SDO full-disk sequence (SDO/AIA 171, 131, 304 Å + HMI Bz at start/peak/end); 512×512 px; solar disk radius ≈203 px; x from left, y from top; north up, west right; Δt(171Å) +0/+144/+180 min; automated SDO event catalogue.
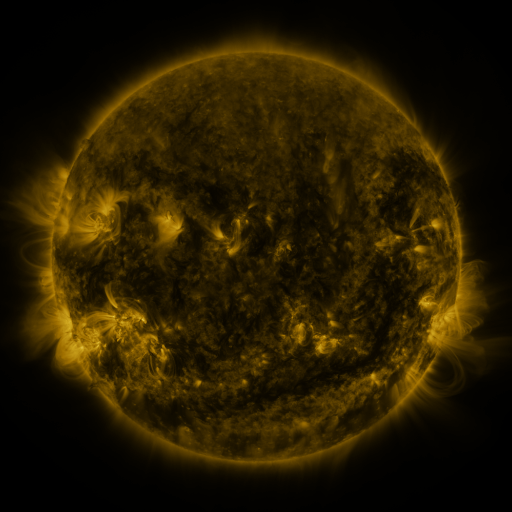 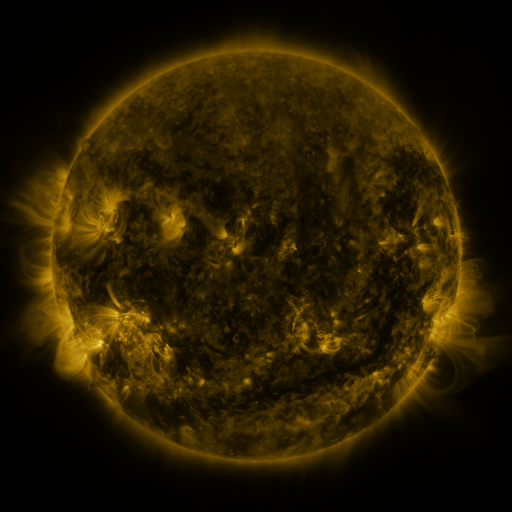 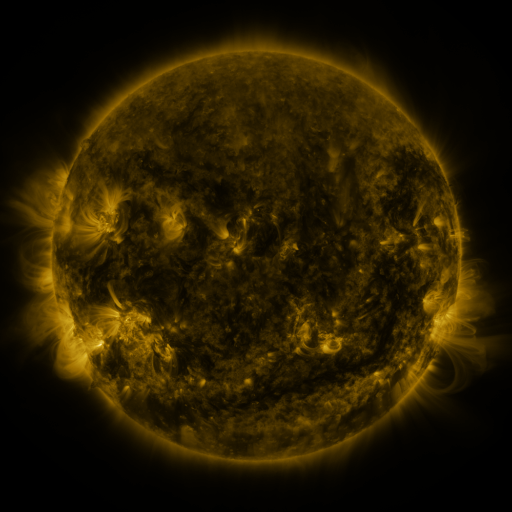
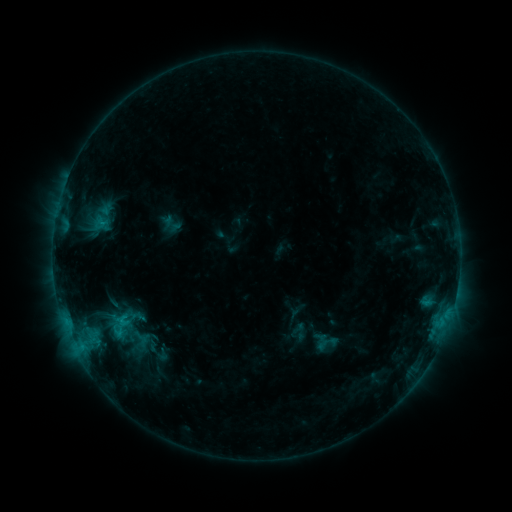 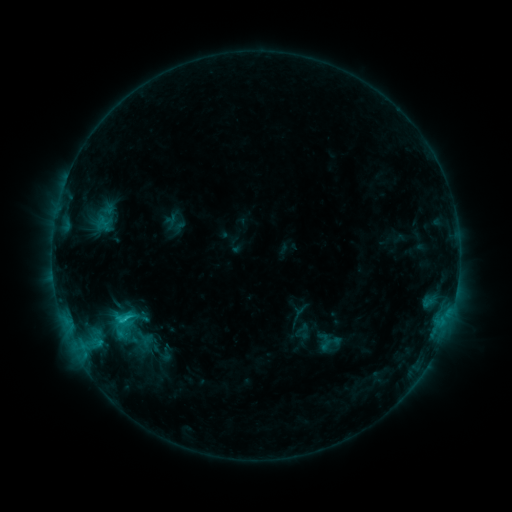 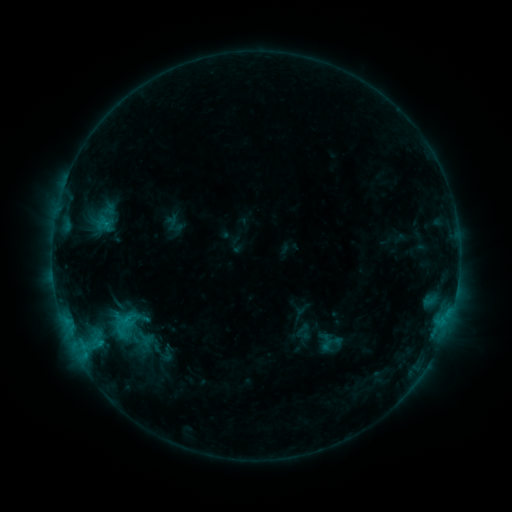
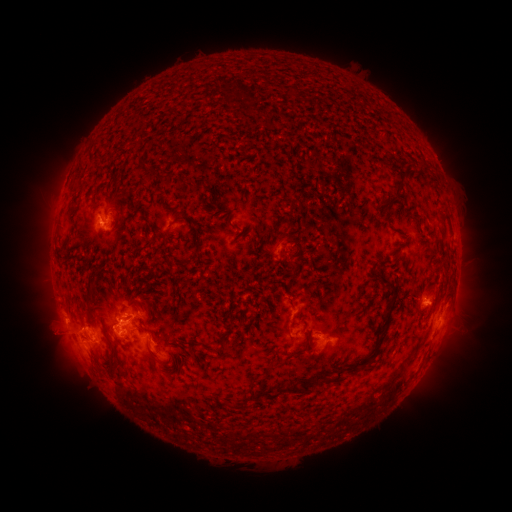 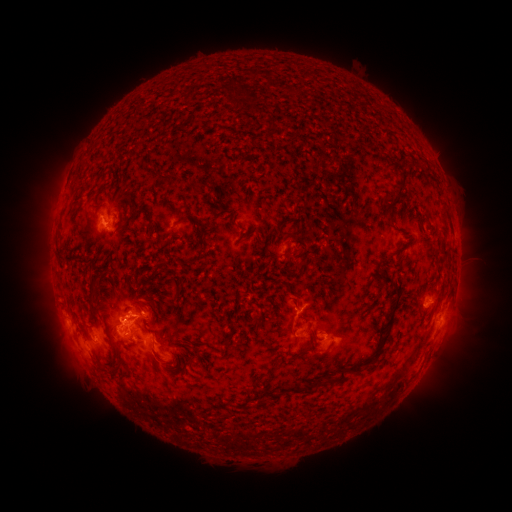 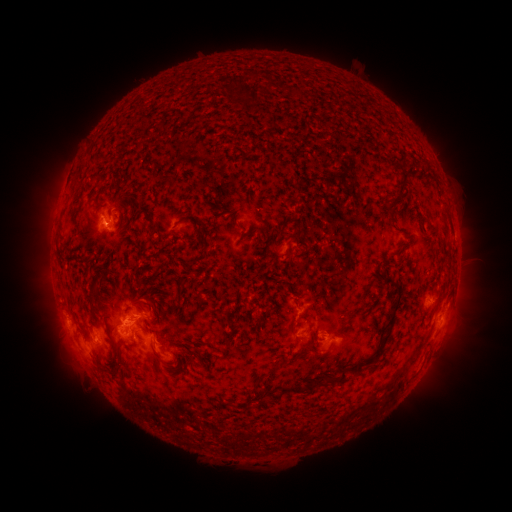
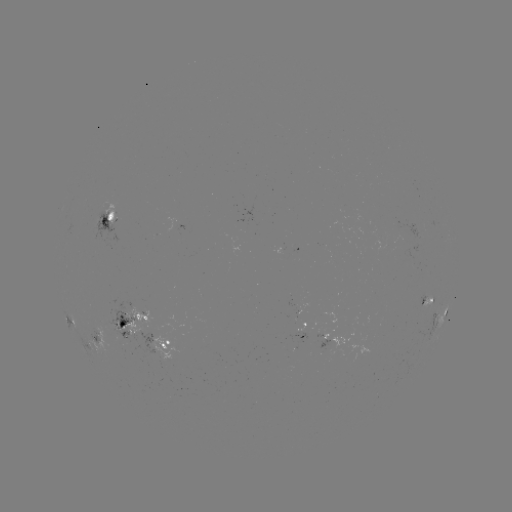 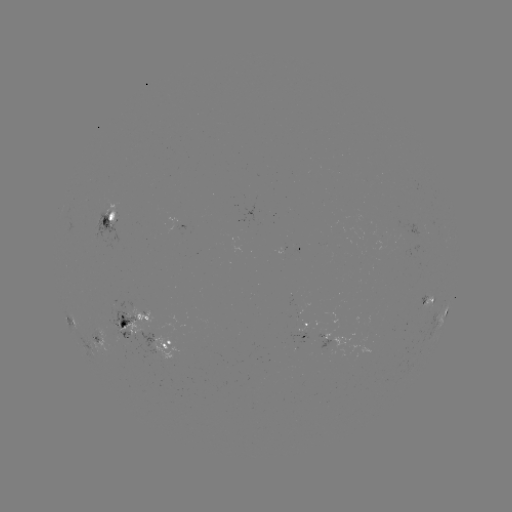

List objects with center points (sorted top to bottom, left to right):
emerging-flux region: (298, 316)
